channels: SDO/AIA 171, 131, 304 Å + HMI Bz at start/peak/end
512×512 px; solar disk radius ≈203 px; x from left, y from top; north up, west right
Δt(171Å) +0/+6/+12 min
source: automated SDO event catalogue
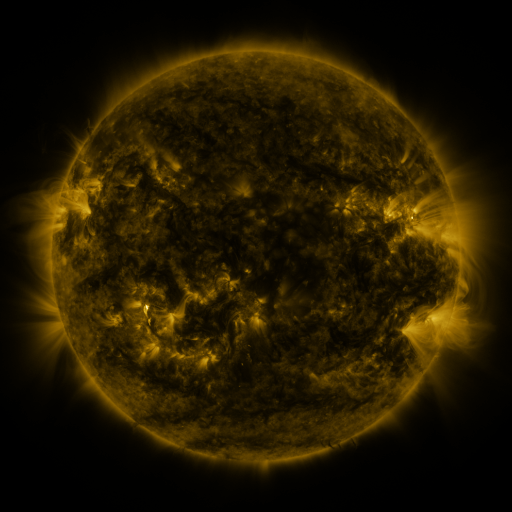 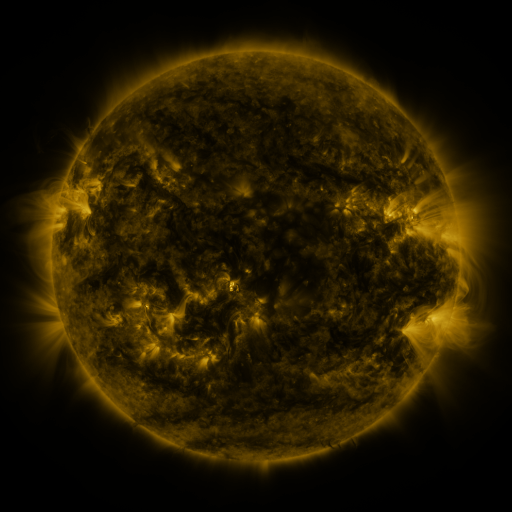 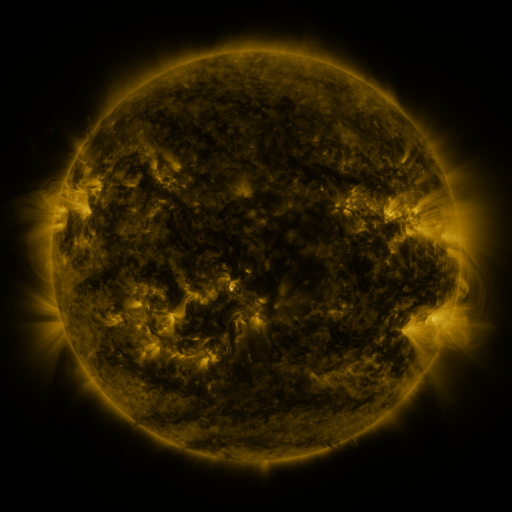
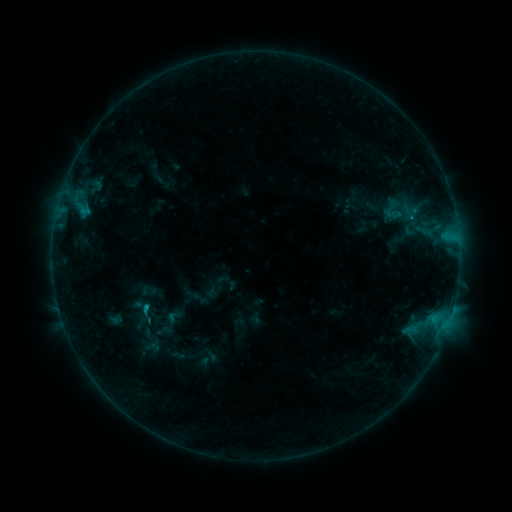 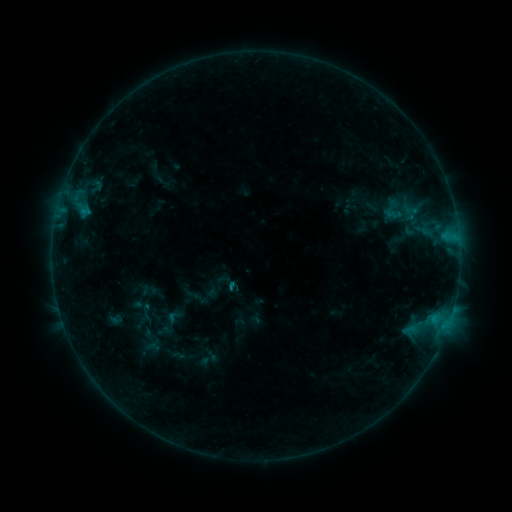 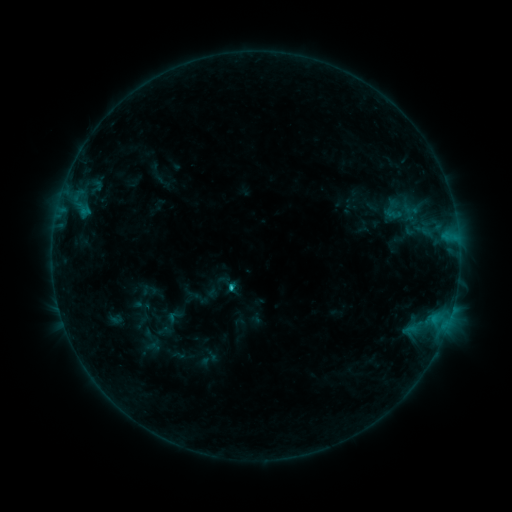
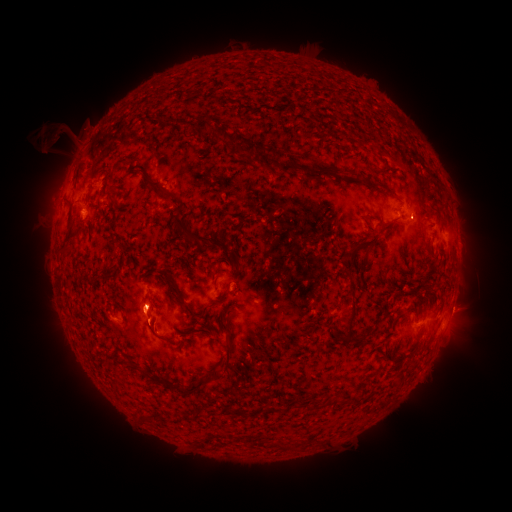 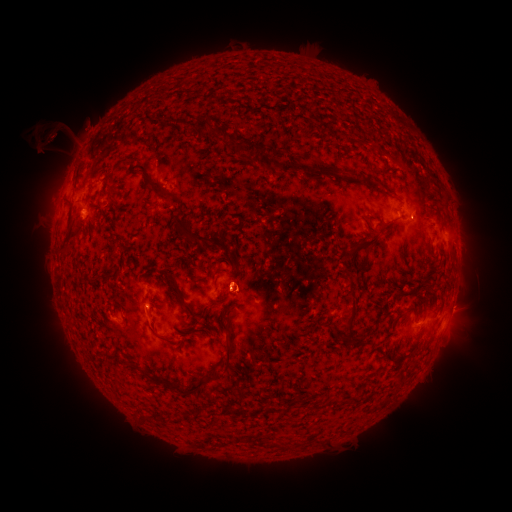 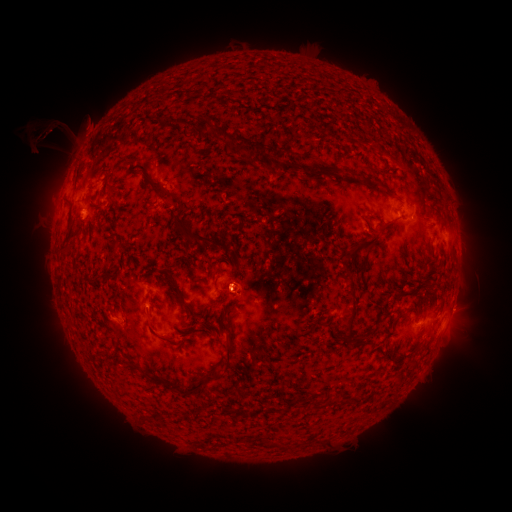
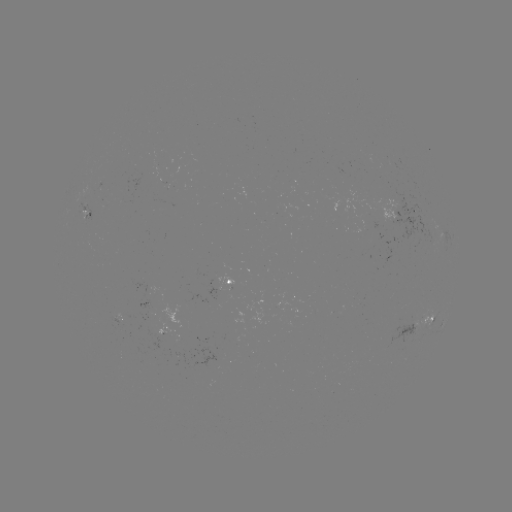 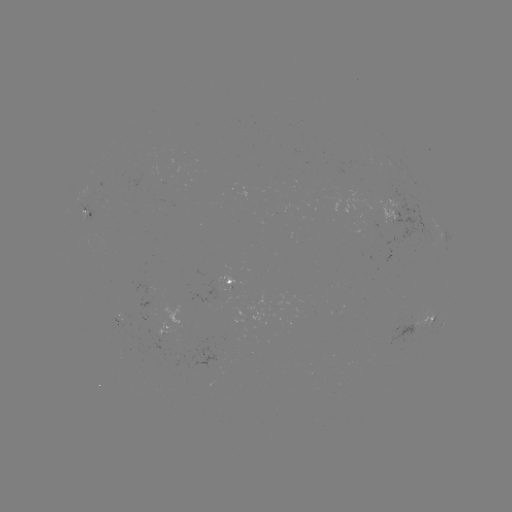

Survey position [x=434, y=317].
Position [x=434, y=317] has B9.4 flare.